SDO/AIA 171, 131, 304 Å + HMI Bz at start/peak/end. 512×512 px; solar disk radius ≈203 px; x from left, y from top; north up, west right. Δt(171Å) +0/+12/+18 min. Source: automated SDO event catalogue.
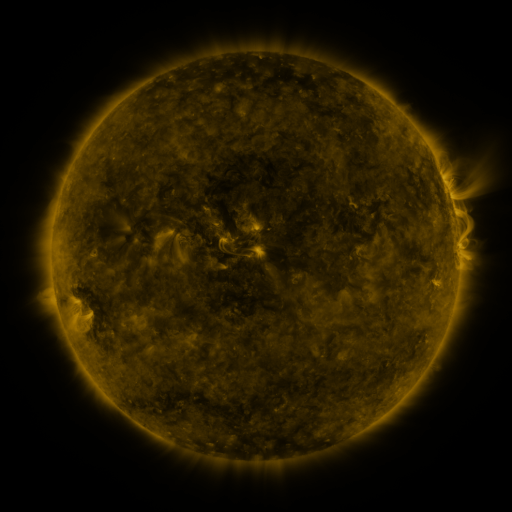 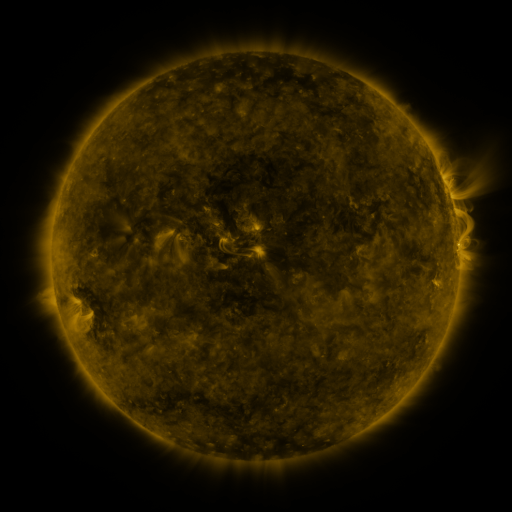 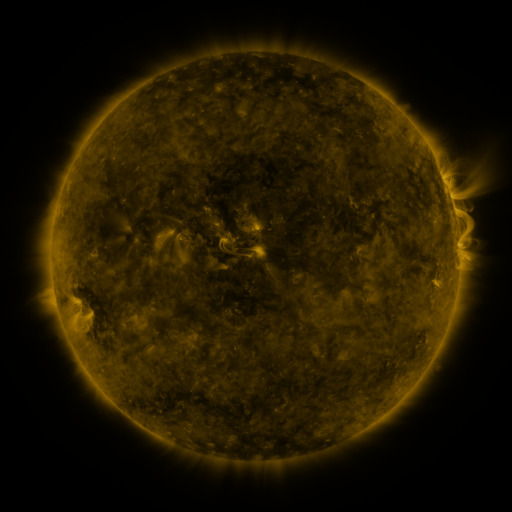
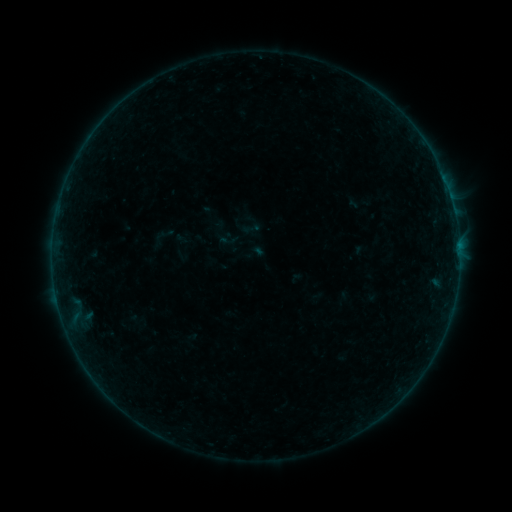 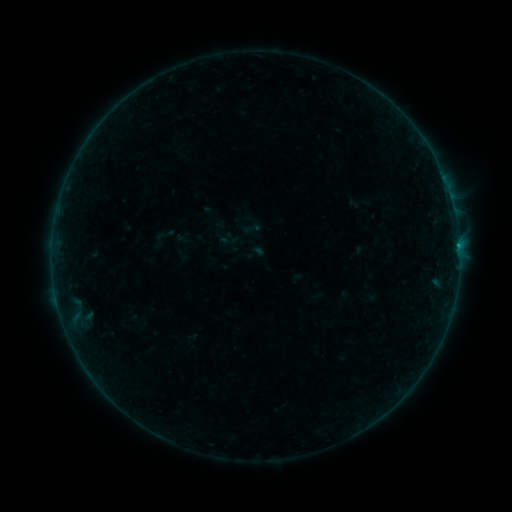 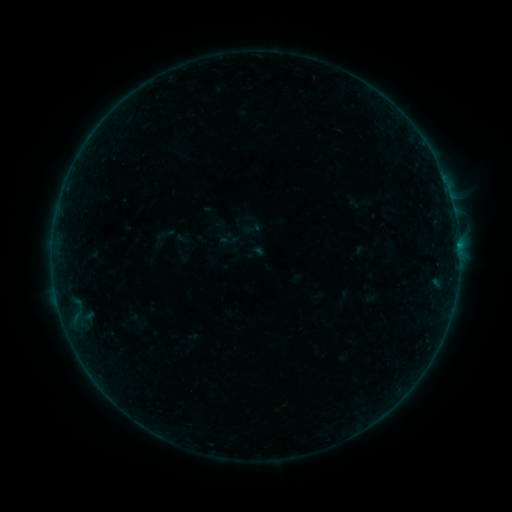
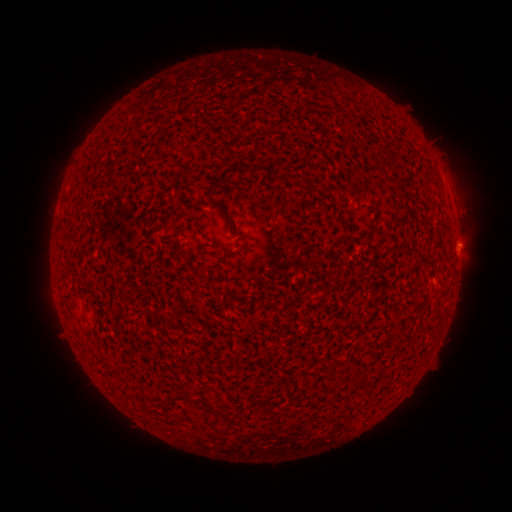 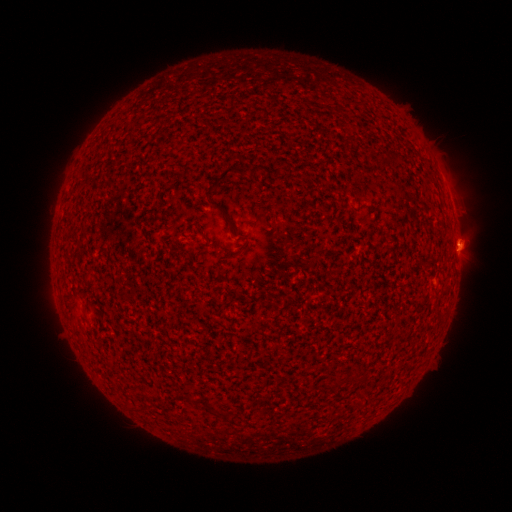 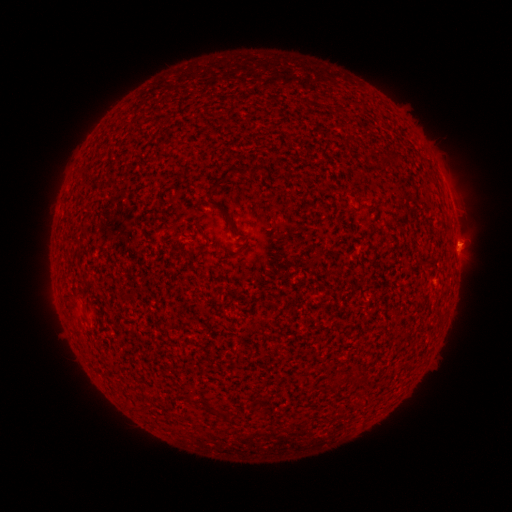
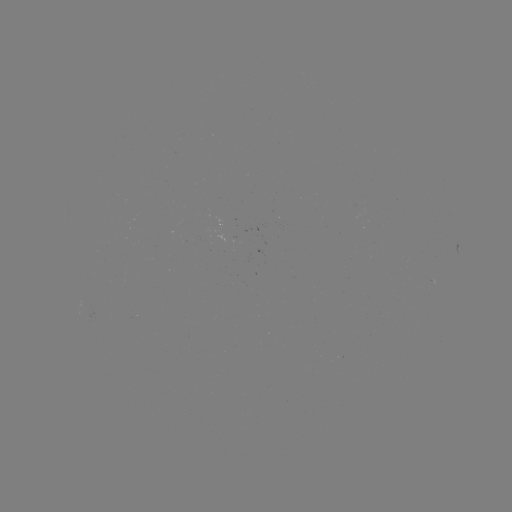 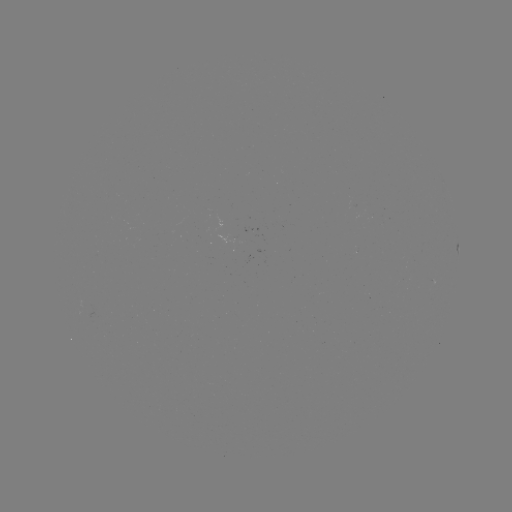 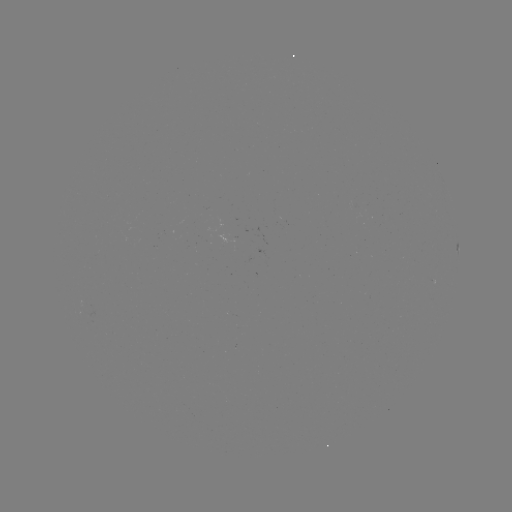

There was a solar flare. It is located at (459, 249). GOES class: B2.4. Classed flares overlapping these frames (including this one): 1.